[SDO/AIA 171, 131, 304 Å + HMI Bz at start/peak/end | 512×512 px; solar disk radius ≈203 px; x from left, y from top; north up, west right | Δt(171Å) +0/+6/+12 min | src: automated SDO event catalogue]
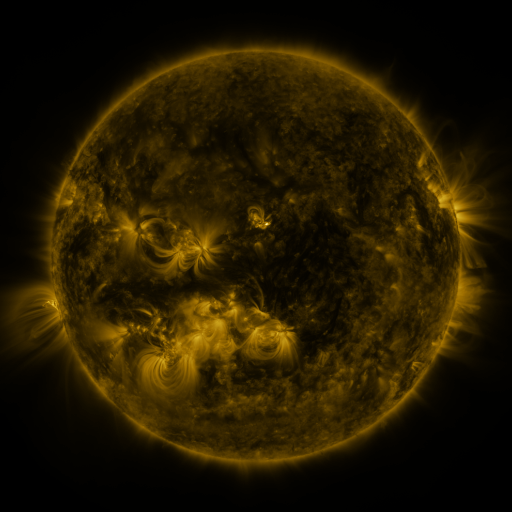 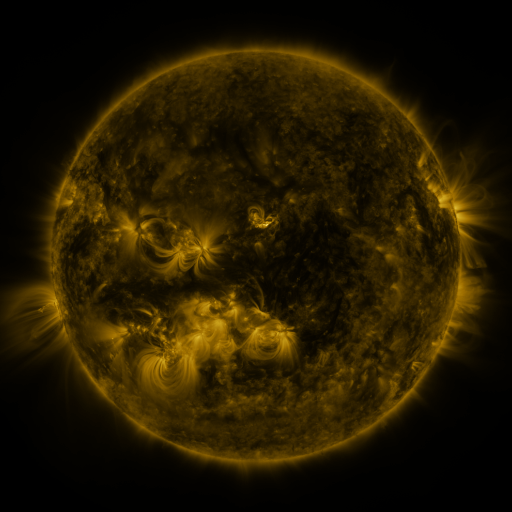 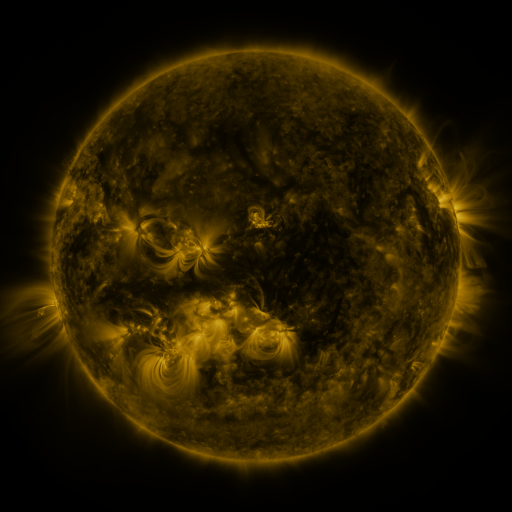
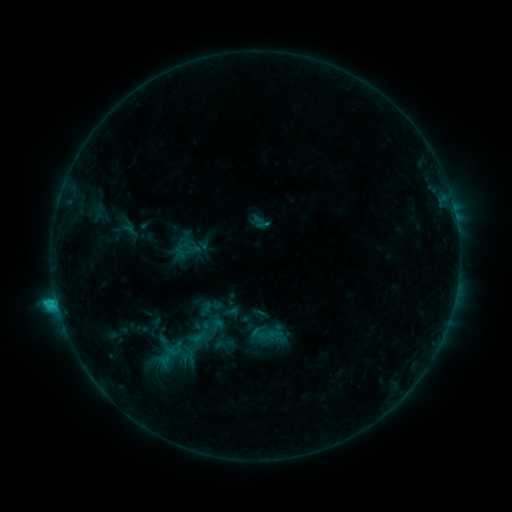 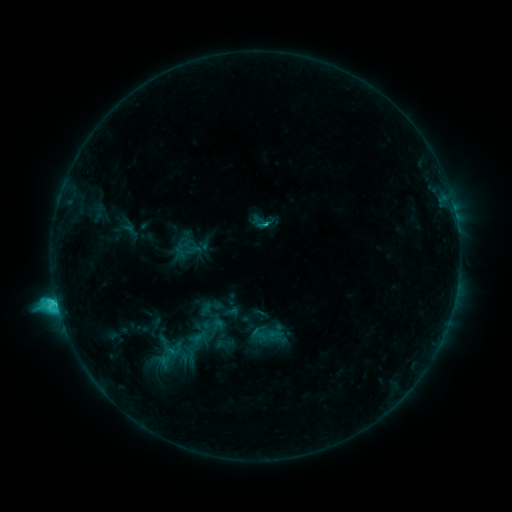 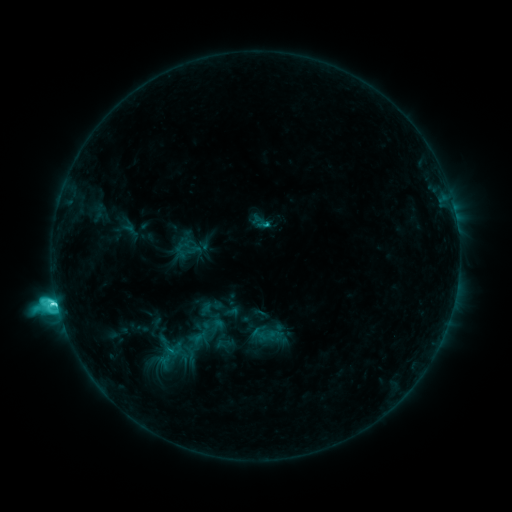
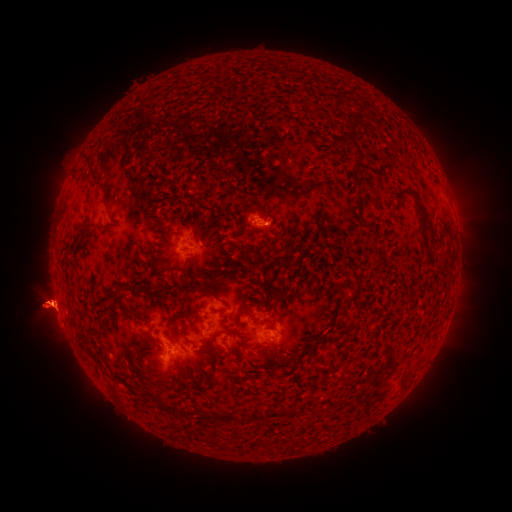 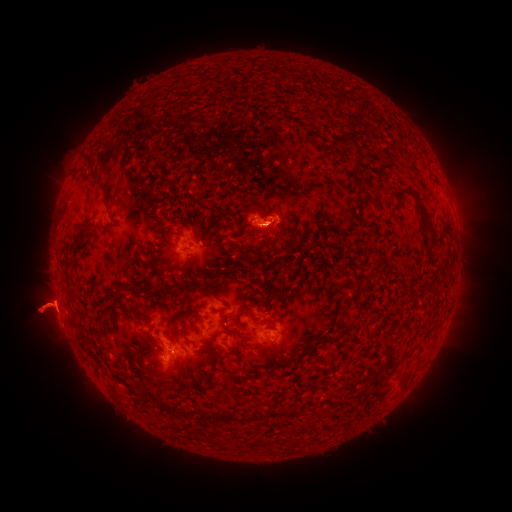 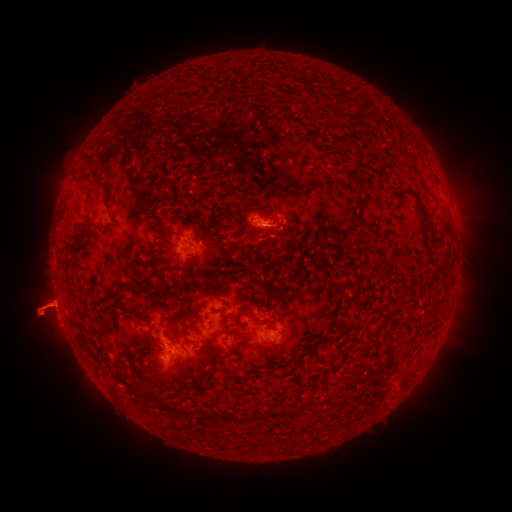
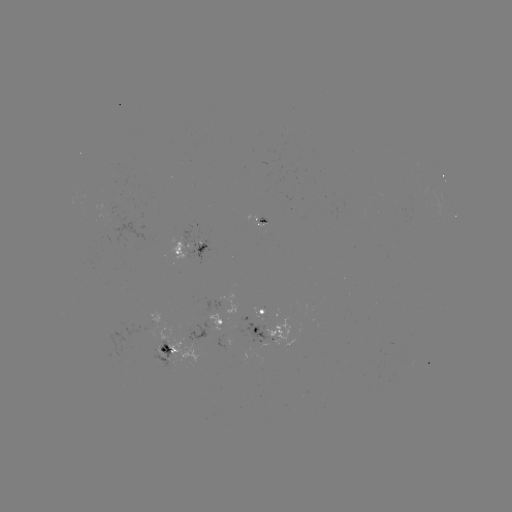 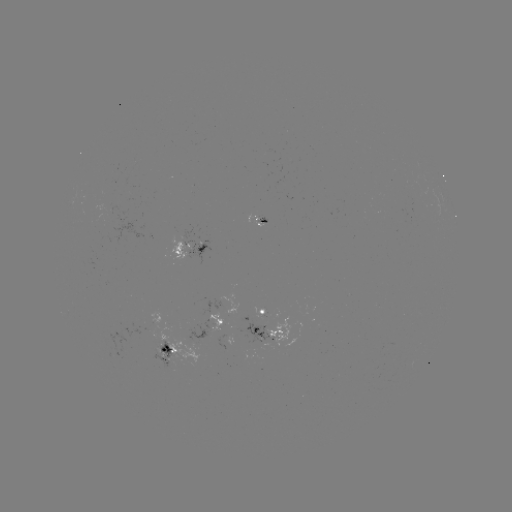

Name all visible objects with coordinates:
eruption: (273, 226)
